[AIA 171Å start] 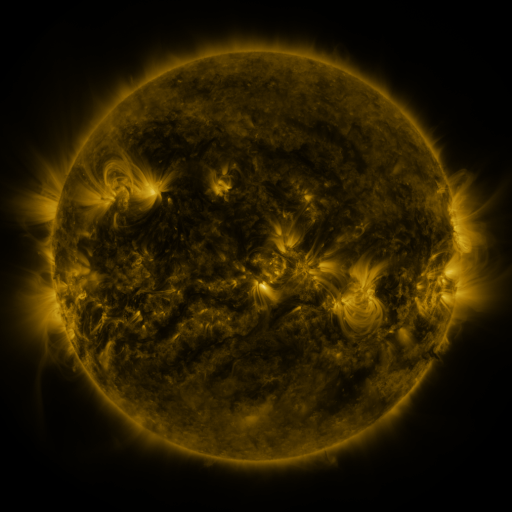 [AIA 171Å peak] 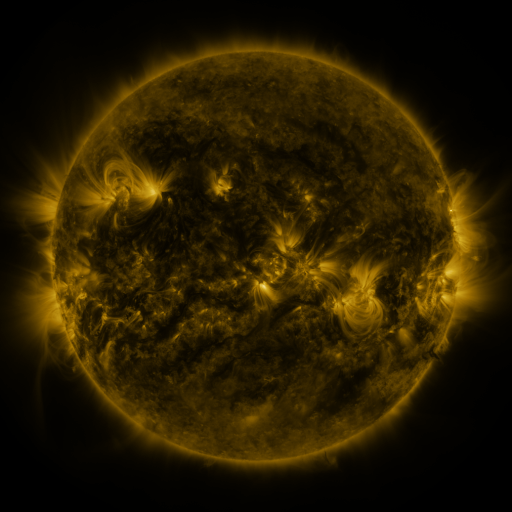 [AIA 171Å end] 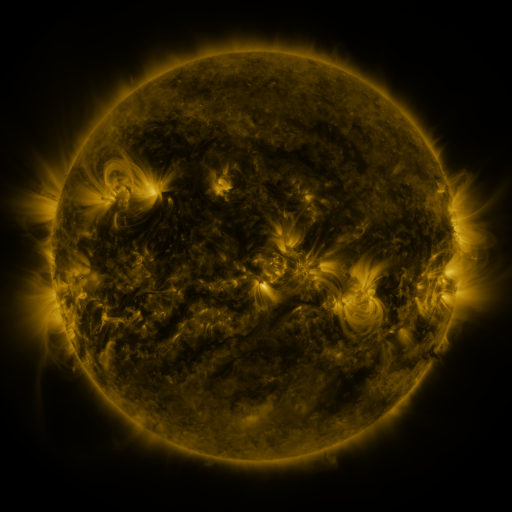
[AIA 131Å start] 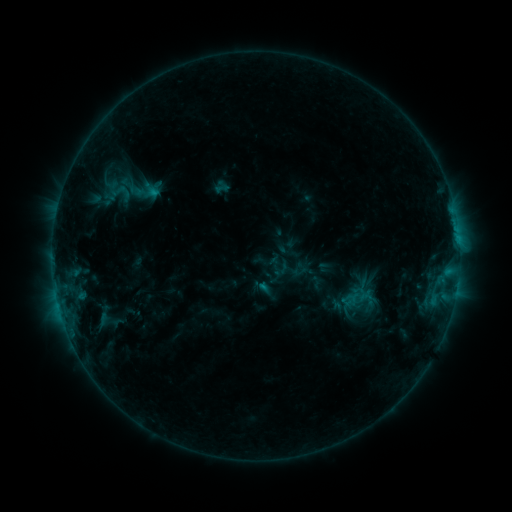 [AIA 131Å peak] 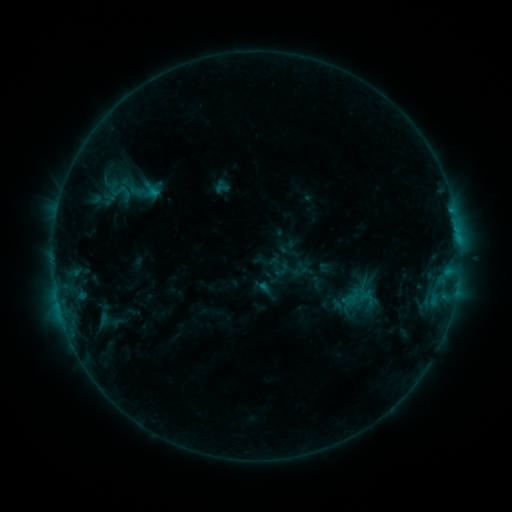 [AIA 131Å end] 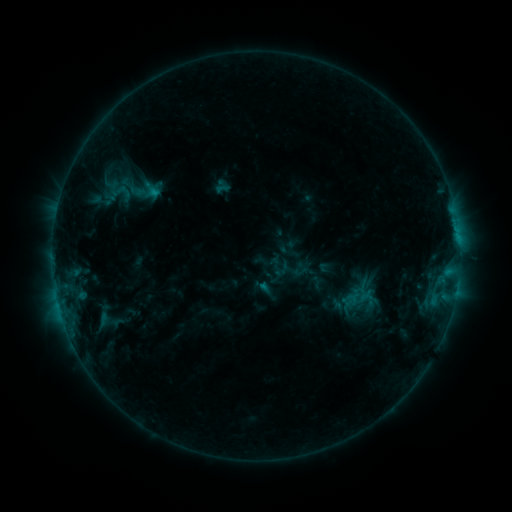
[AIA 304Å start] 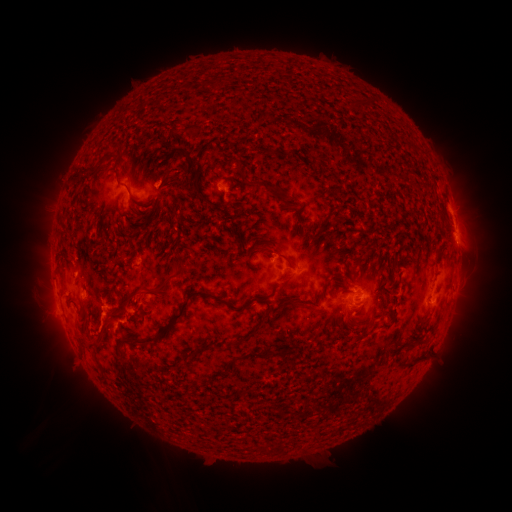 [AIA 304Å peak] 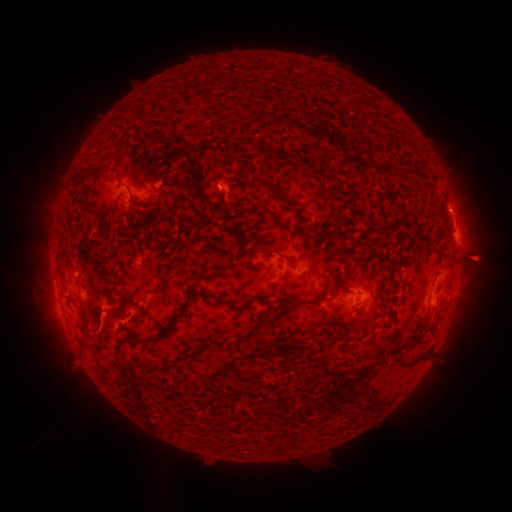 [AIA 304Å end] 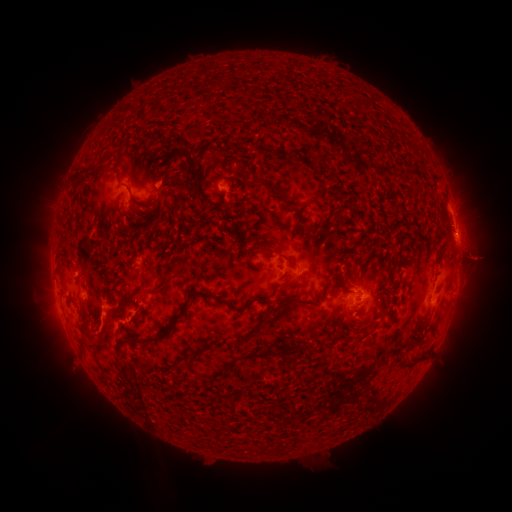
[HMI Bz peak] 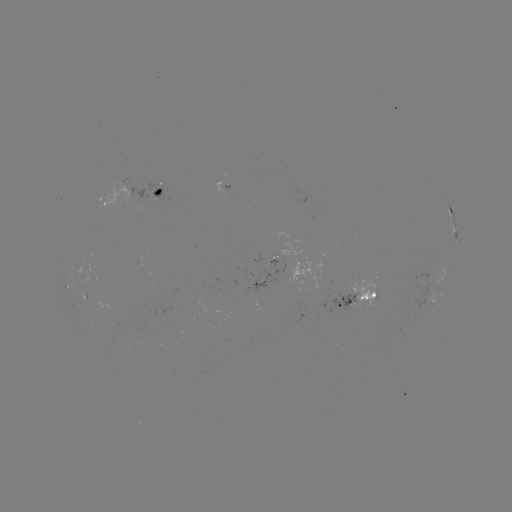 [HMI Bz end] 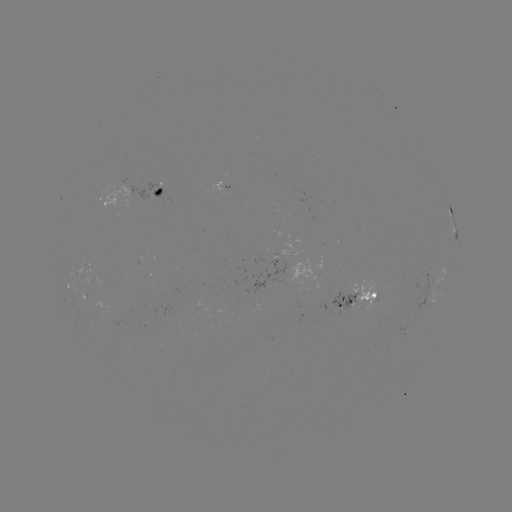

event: eruption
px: (479, 258)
